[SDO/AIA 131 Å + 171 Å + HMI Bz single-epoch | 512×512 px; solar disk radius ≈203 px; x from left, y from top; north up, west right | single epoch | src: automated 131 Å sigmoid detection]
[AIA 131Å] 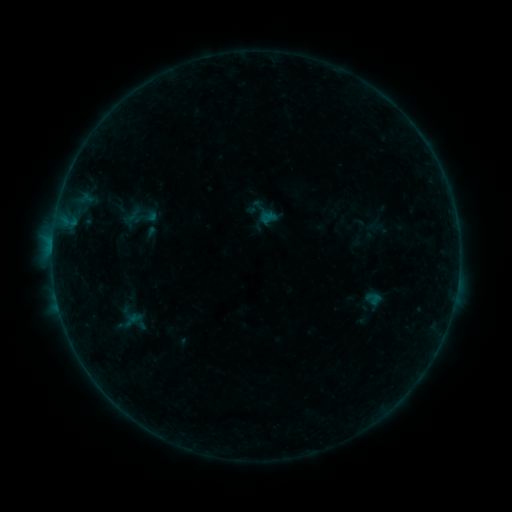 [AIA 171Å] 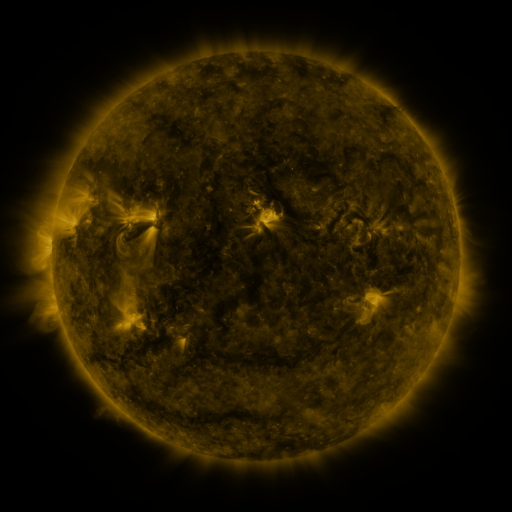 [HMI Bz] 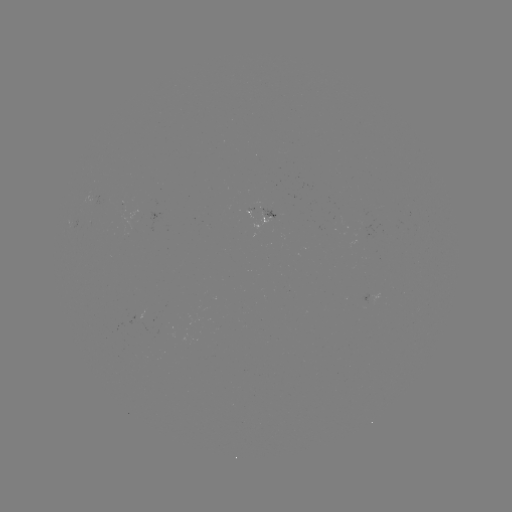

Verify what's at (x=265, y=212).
sigmoid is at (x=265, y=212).